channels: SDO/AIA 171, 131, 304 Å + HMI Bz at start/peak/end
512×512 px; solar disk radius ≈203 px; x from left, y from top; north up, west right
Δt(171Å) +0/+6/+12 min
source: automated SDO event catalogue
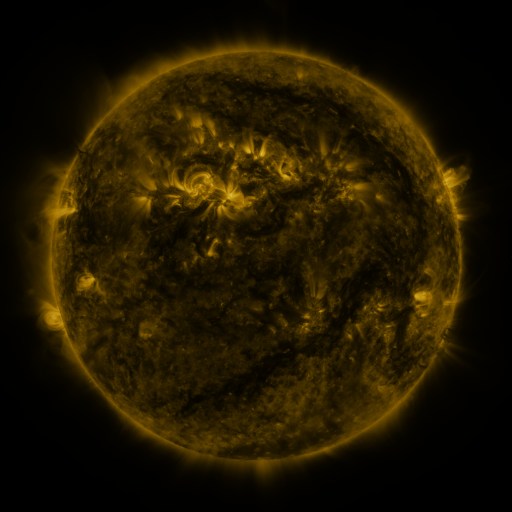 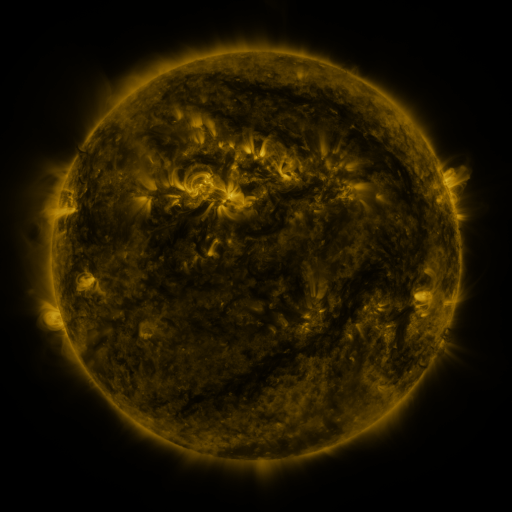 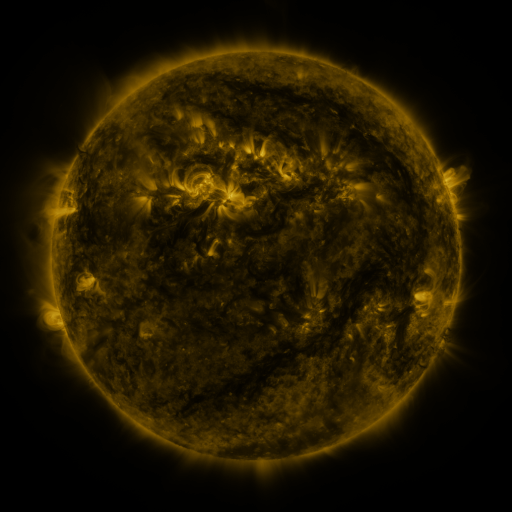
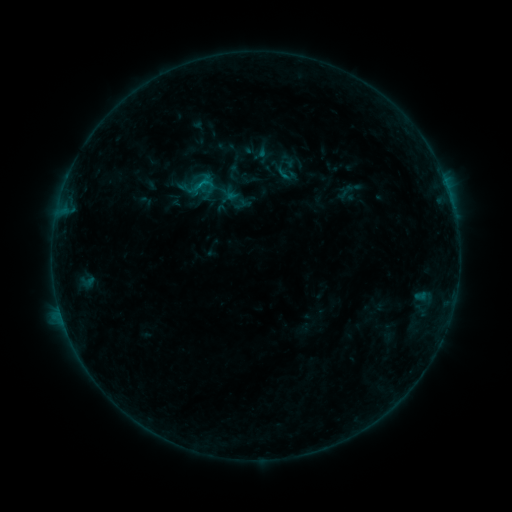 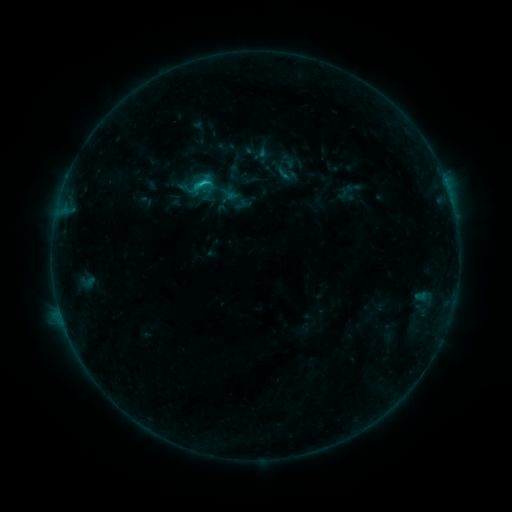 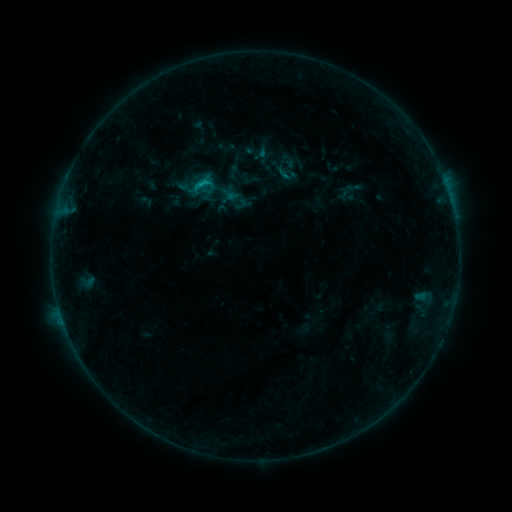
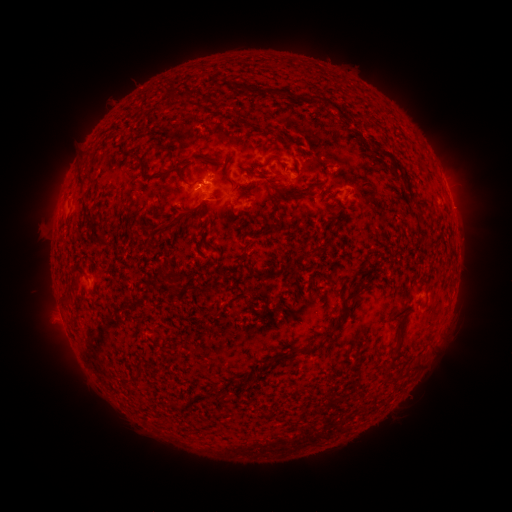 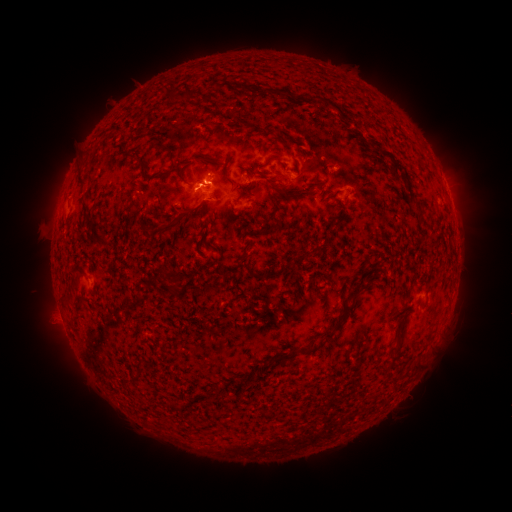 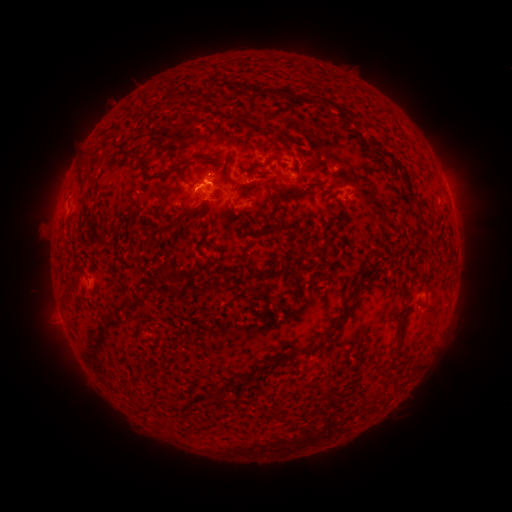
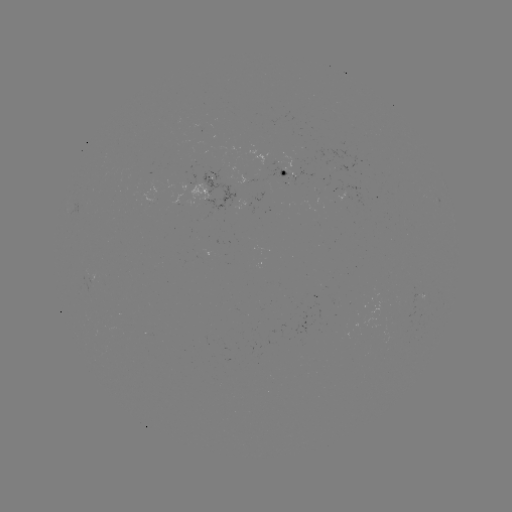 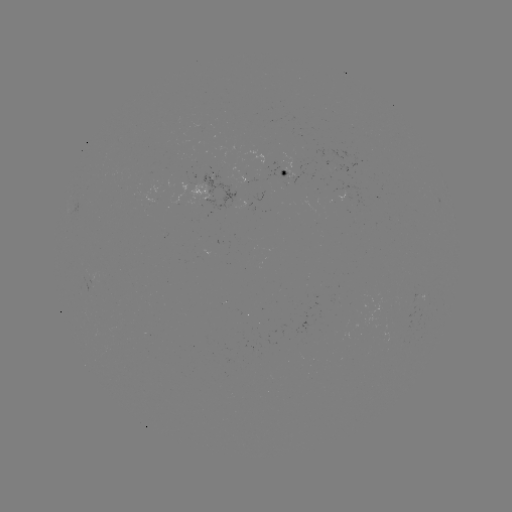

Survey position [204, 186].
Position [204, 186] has B9.2 flare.